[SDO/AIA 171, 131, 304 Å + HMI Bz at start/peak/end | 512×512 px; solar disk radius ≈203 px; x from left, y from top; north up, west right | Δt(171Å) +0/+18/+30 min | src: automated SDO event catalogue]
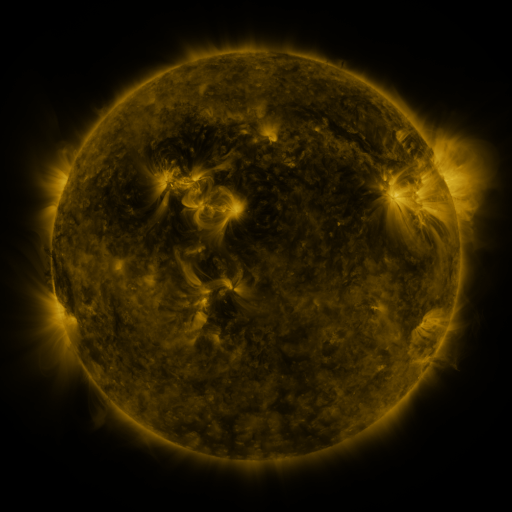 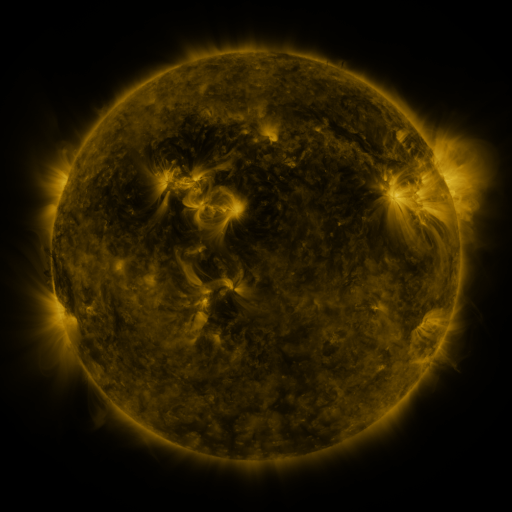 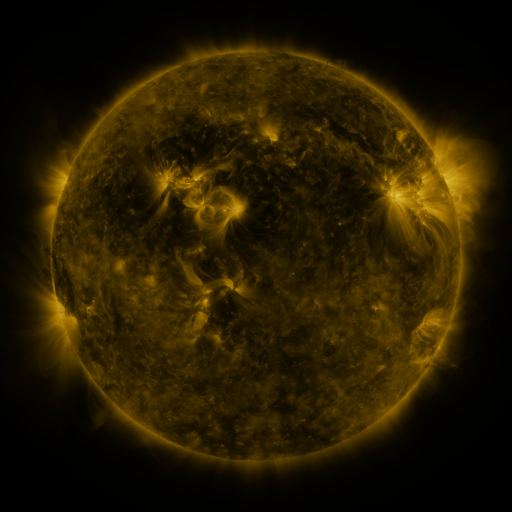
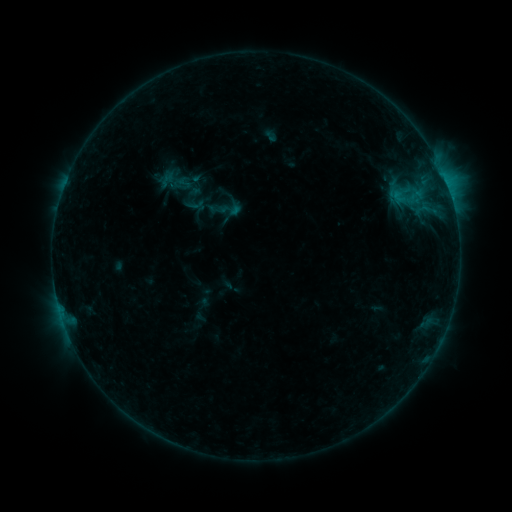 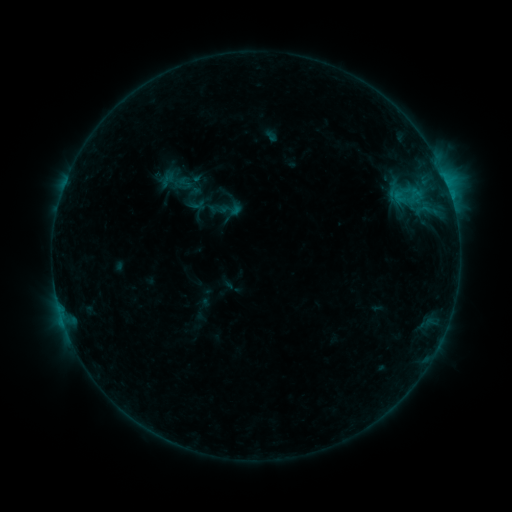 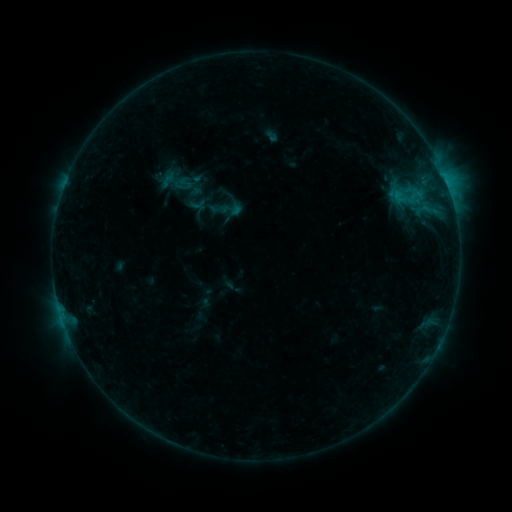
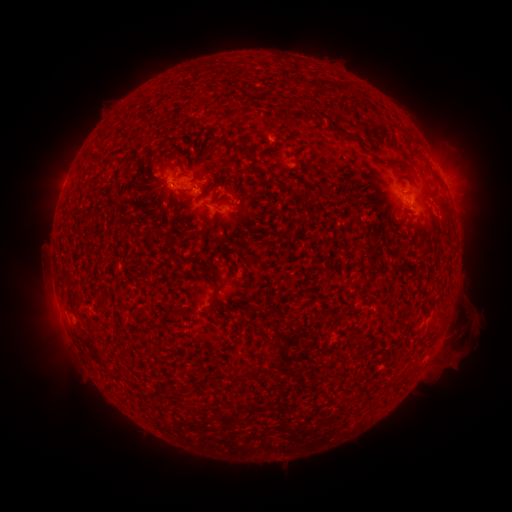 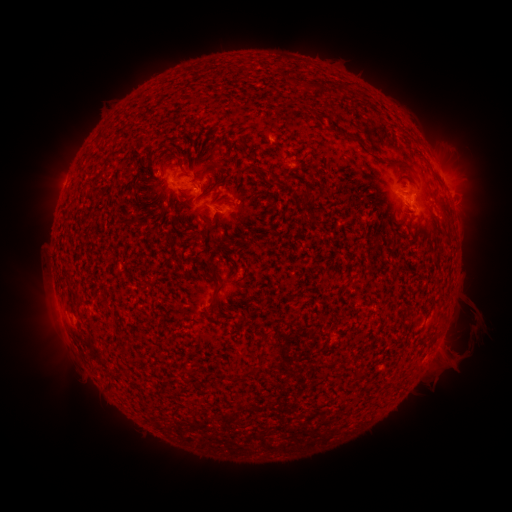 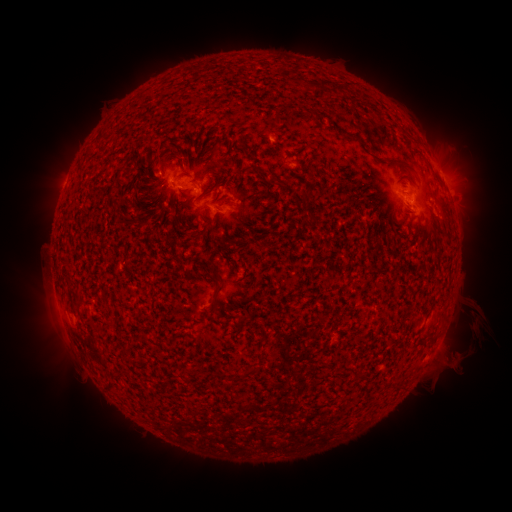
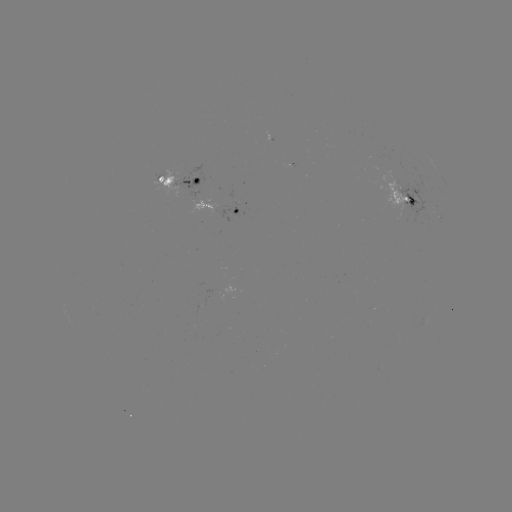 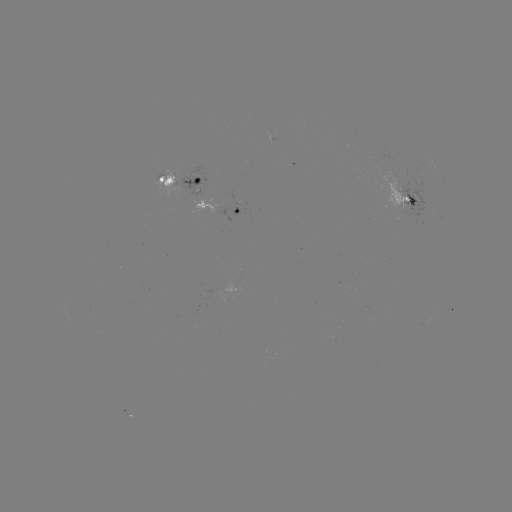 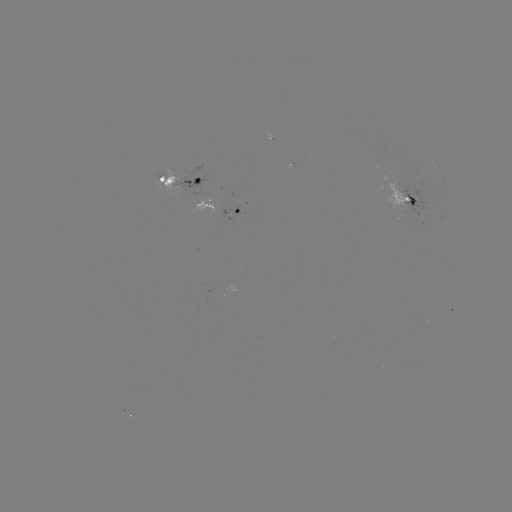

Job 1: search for B7.2 flare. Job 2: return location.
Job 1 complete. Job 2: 451,199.